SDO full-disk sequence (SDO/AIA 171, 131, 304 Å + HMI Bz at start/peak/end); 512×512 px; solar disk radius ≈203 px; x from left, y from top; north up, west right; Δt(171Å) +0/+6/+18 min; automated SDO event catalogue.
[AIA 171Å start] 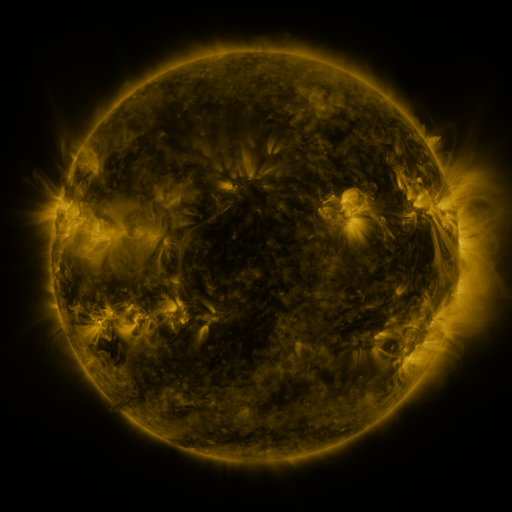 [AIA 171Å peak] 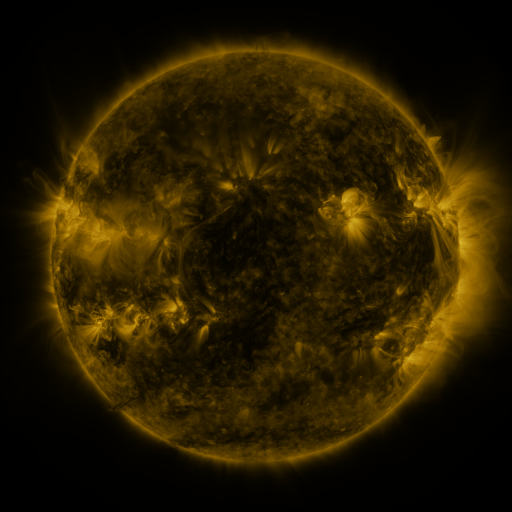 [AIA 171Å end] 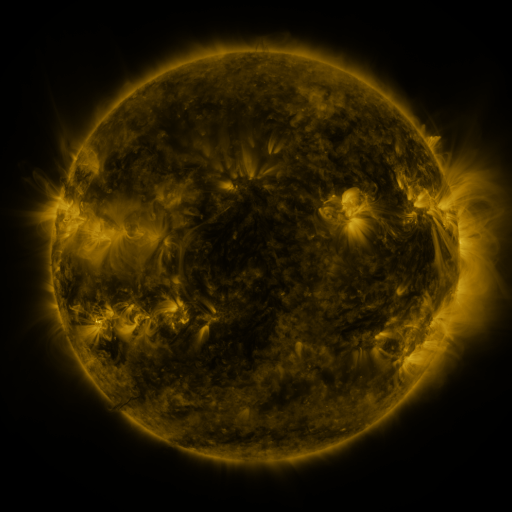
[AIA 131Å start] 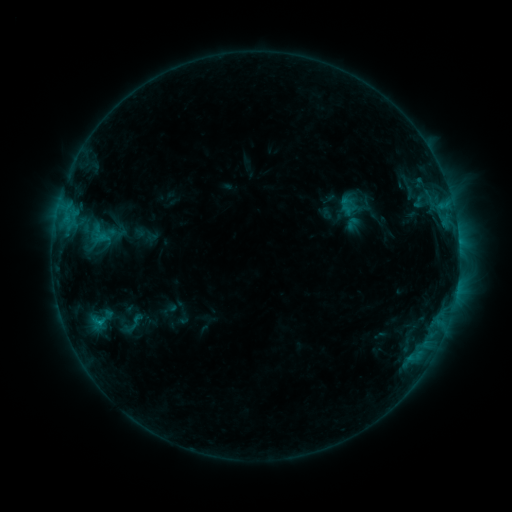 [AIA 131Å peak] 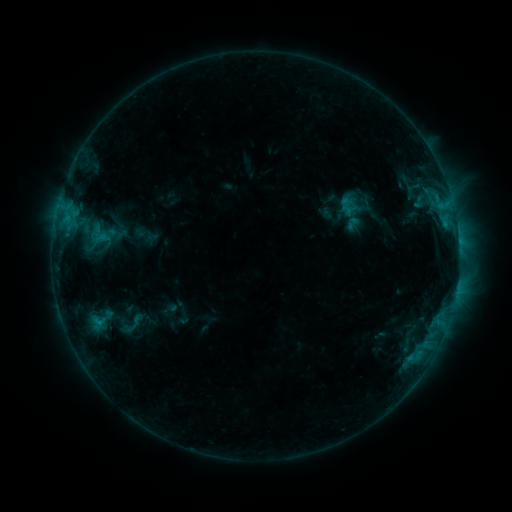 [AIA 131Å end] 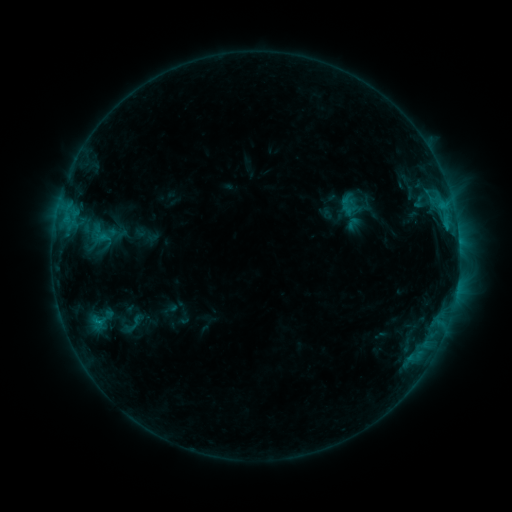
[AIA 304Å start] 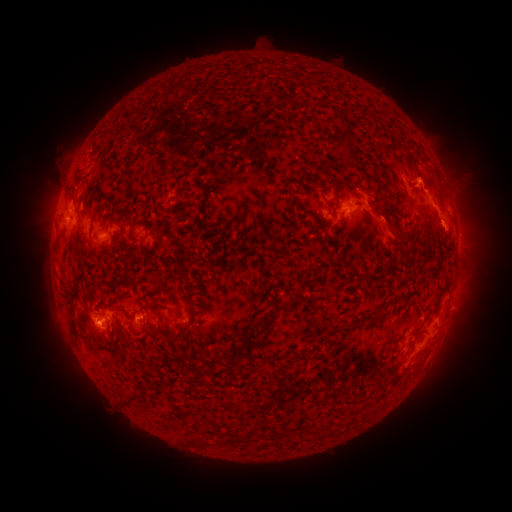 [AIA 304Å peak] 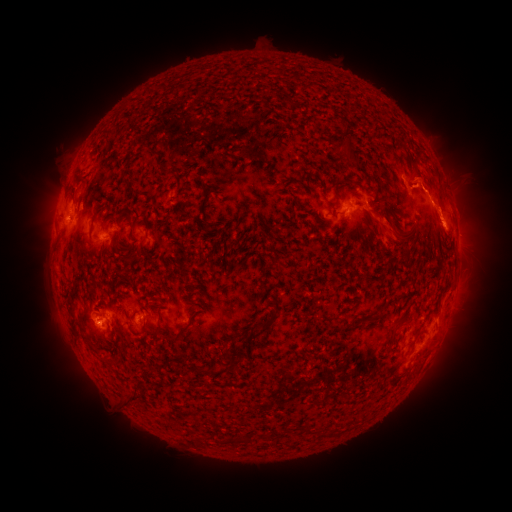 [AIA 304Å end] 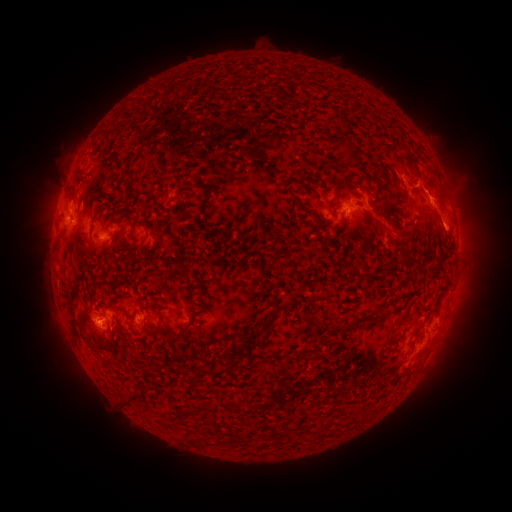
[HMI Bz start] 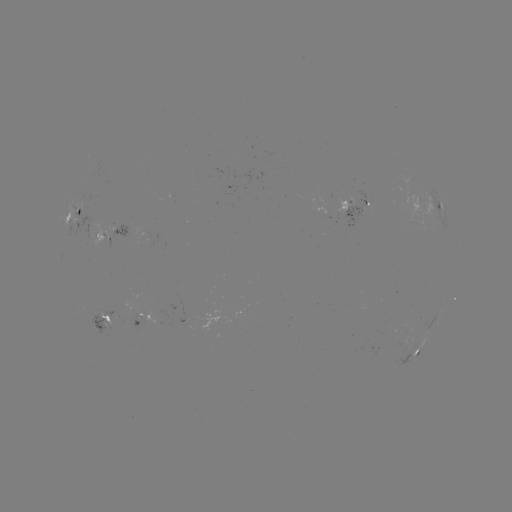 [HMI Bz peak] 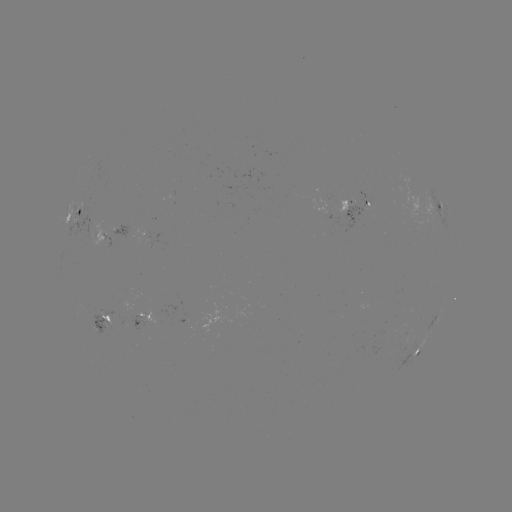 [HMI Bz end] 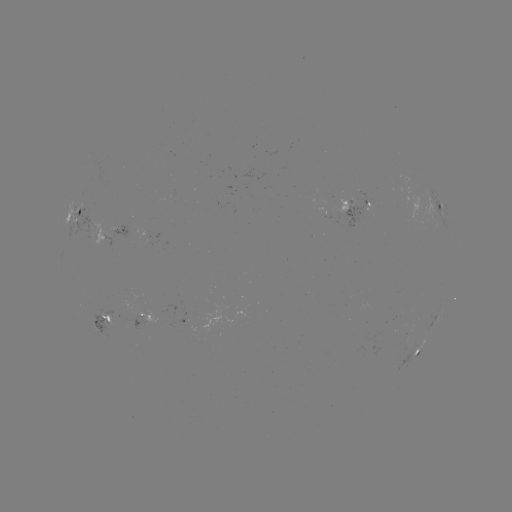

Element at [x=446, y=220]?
eruption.